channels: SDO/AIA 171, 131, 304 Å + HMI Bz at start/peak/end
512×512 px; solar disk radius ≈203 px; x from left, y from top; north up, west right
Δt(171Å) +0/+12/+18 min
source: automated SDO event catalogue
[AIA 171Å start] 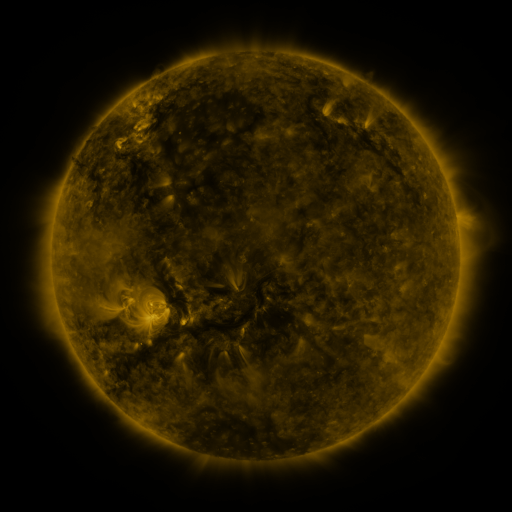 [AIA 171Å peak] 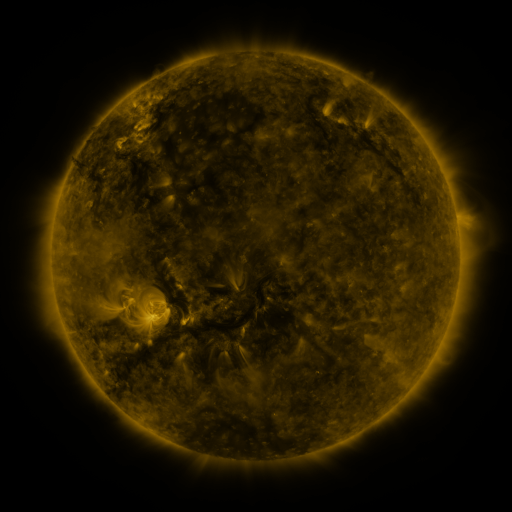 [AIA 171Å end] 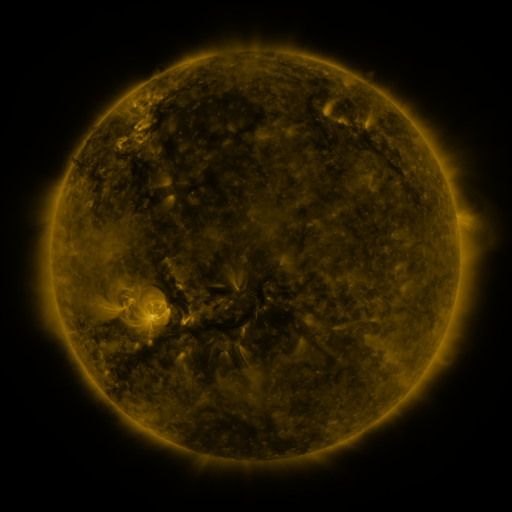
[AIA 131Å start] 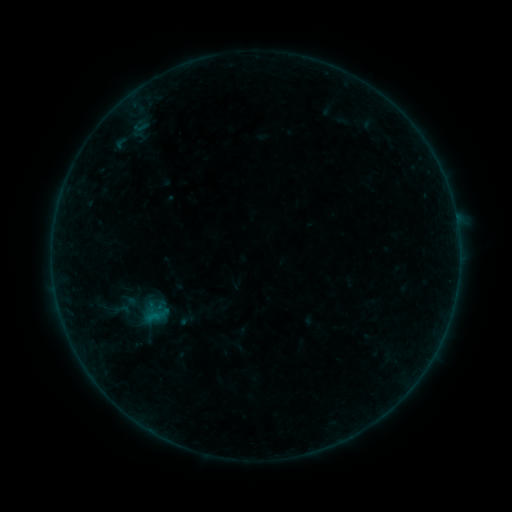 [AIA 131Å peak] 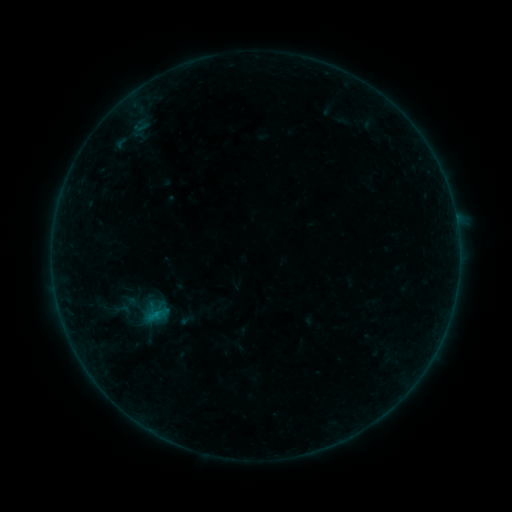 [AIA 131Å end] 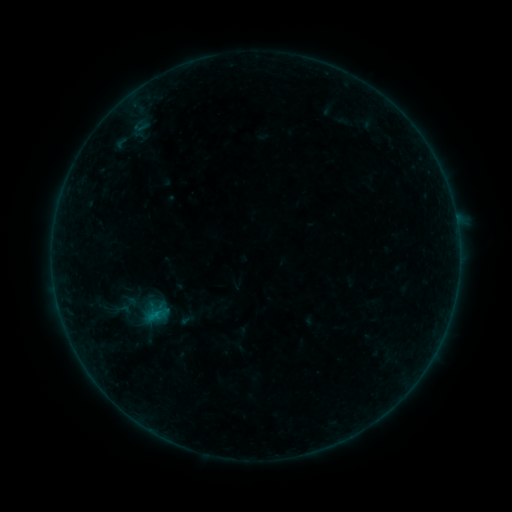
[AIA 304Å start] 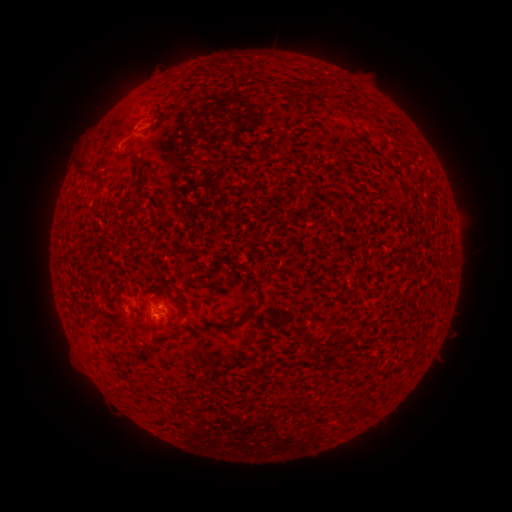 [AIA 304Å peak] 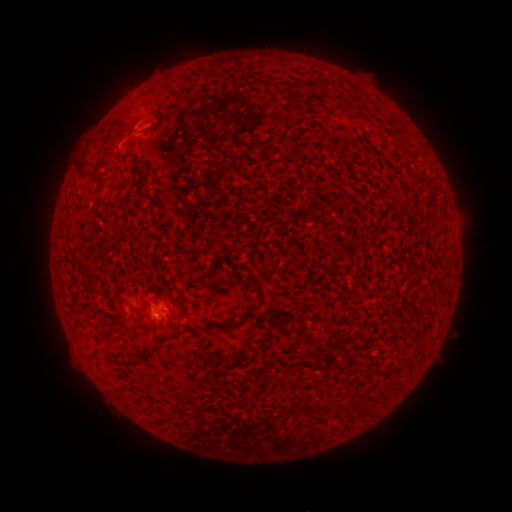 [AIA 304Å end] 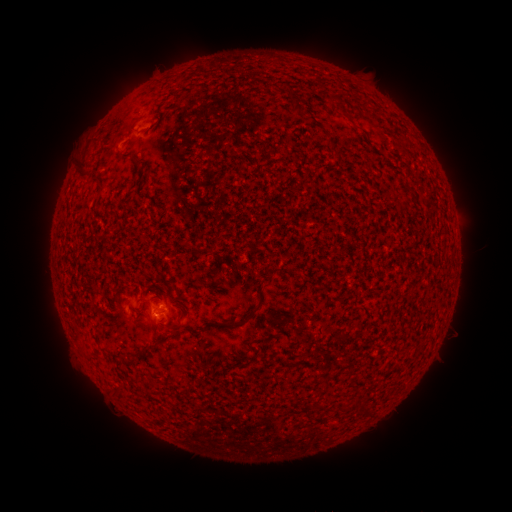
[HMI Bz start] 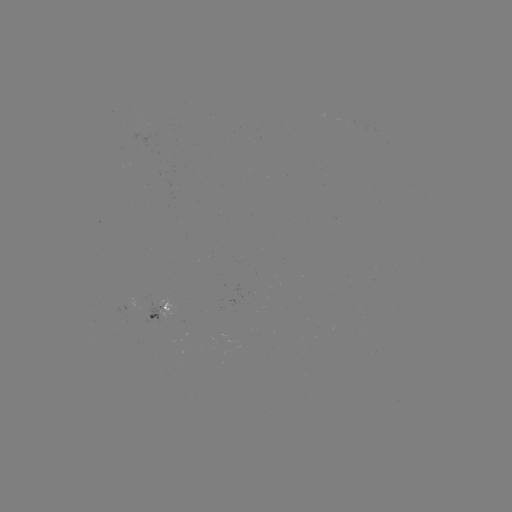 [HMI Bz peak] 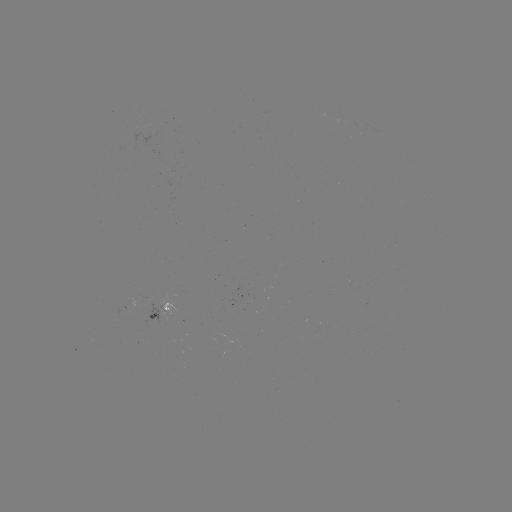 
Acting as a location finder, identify B1.7 flare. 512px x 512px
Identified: (152, 312).